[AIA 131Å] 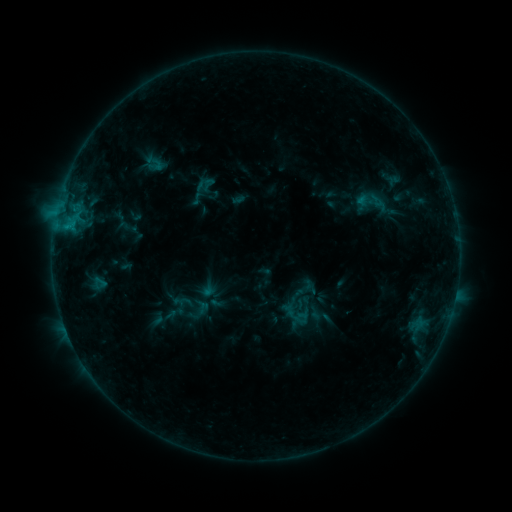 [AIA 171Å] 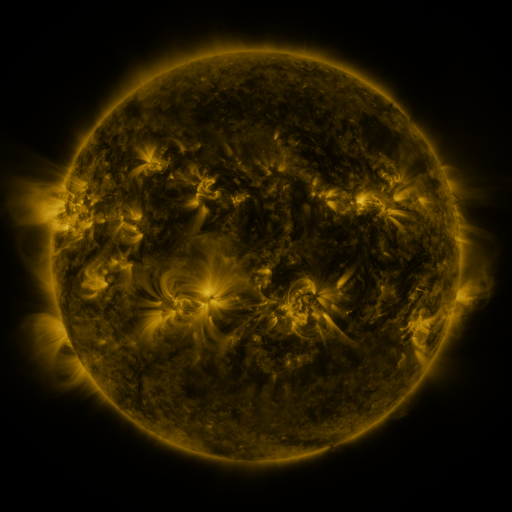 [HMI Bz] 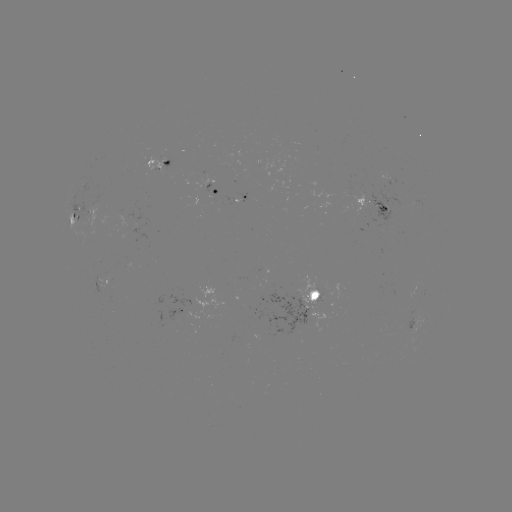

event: sigmoid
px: (377, 205)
